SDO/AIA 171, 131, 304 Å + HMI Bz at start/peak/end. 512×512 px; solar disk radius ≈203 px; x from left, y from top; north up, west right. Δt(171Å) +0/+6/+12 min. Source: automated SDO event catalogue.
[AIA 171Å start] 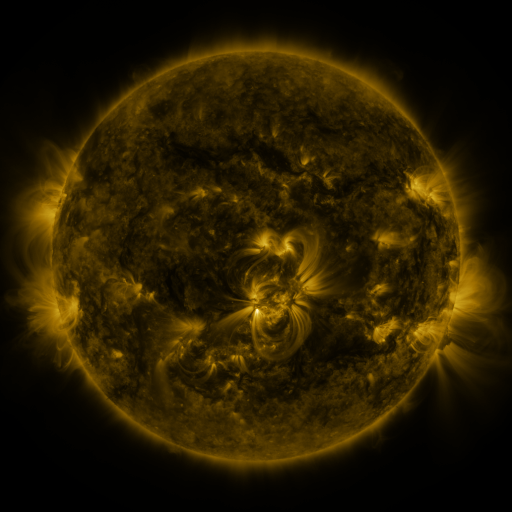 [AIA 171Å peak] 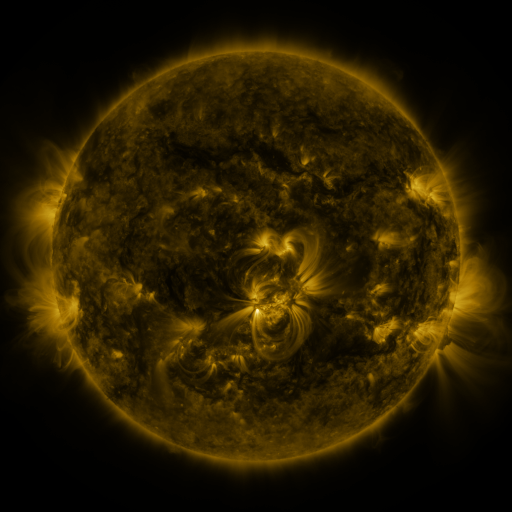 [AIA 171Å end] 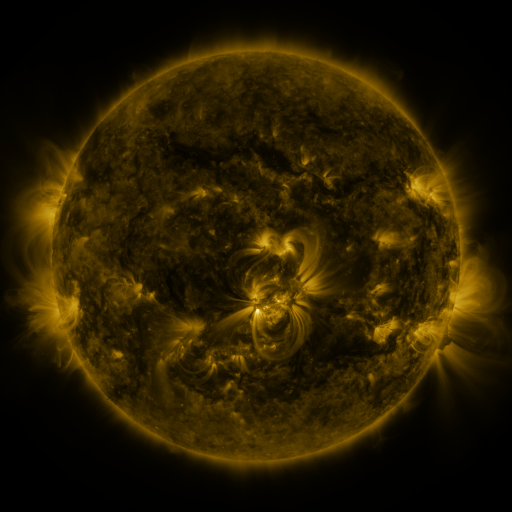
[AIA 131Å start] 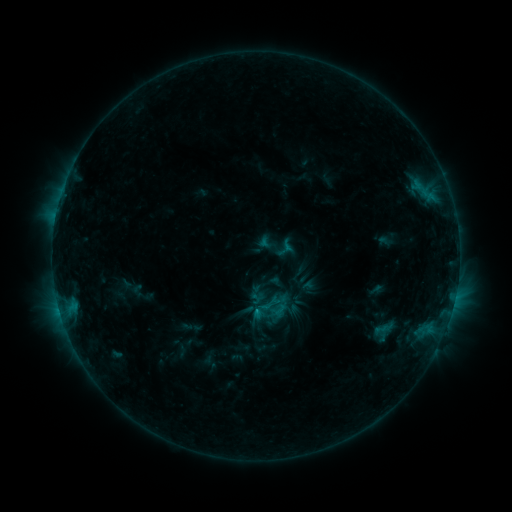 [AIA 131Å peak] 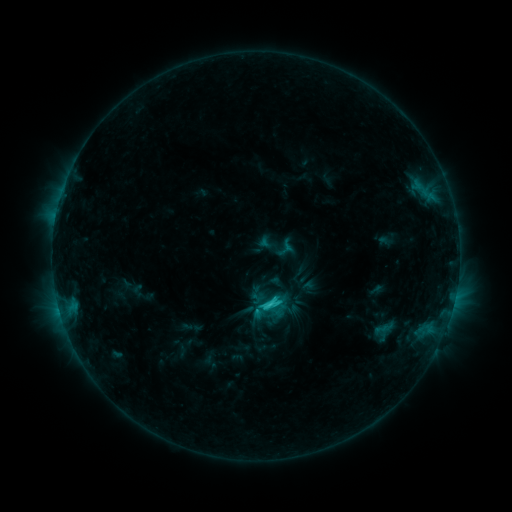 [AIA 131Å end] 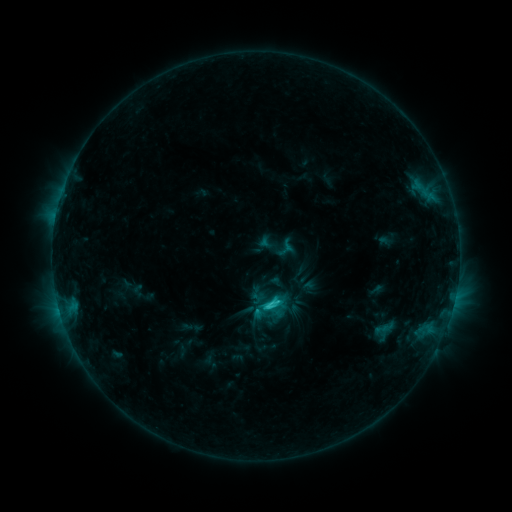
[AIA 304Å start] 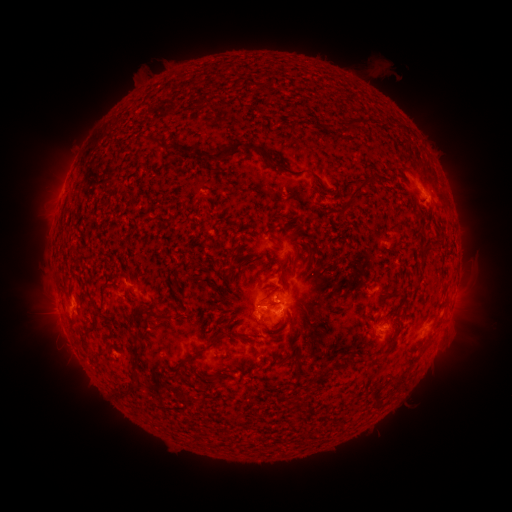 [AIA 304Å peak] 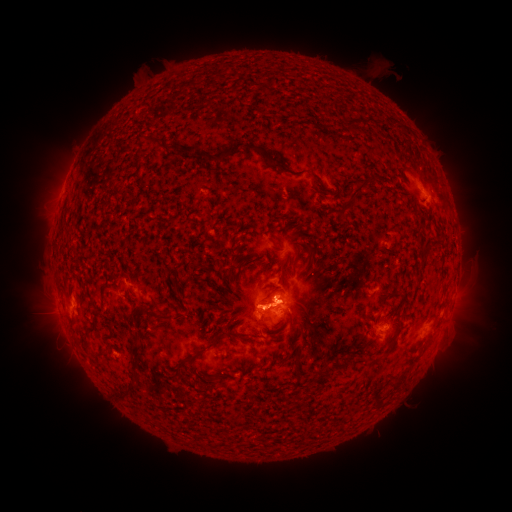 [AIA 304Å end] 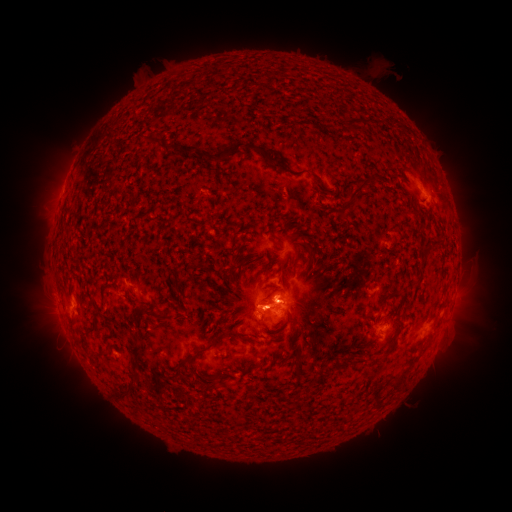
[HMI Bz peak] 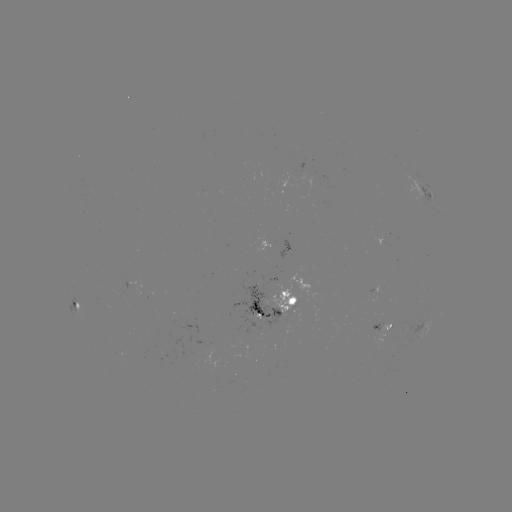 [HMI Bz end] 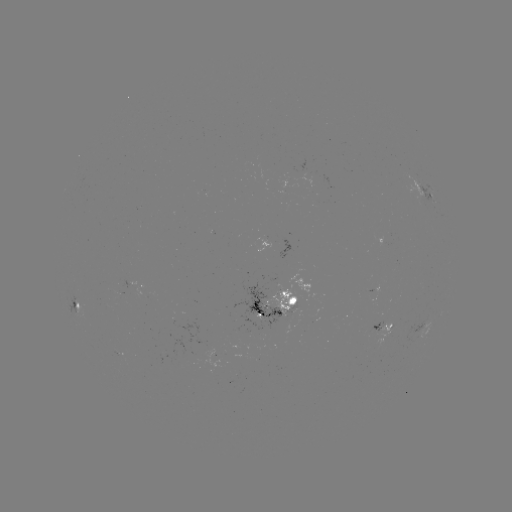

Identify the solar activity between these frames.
eruption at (460, 332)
